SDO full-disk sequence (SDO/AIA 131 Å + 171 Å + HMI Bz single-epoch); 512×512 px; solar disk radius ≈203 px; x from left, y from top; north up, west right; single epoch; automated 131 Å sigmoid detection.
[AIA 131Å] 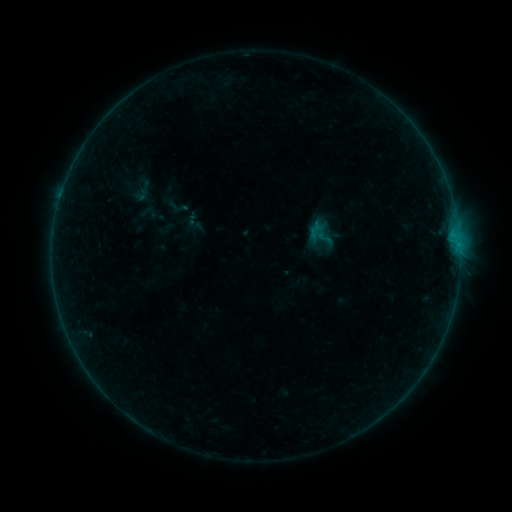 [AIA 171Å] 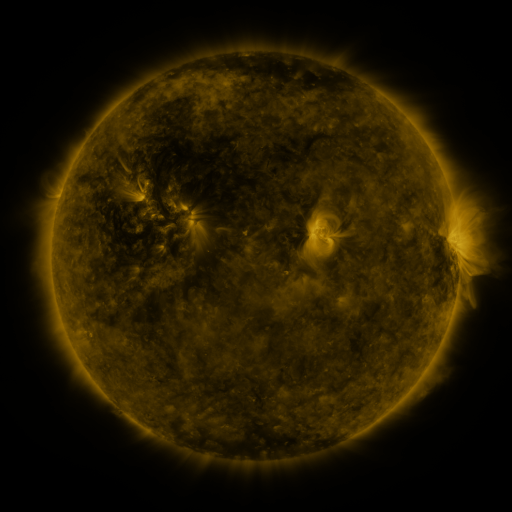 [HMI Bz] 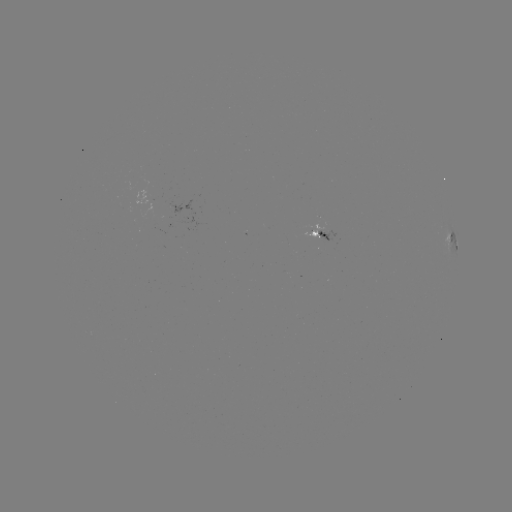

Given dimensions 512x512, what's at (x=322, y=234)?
sigmoid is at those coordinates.